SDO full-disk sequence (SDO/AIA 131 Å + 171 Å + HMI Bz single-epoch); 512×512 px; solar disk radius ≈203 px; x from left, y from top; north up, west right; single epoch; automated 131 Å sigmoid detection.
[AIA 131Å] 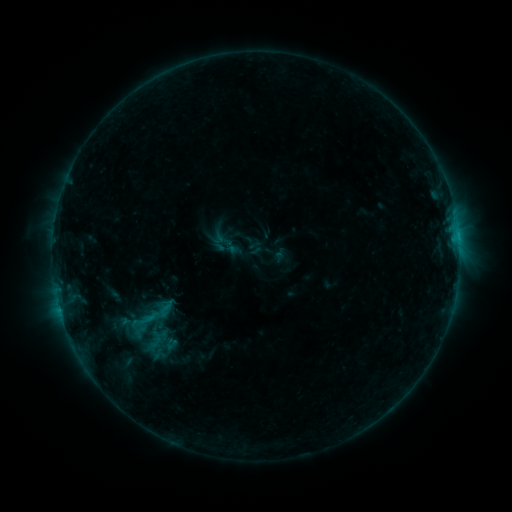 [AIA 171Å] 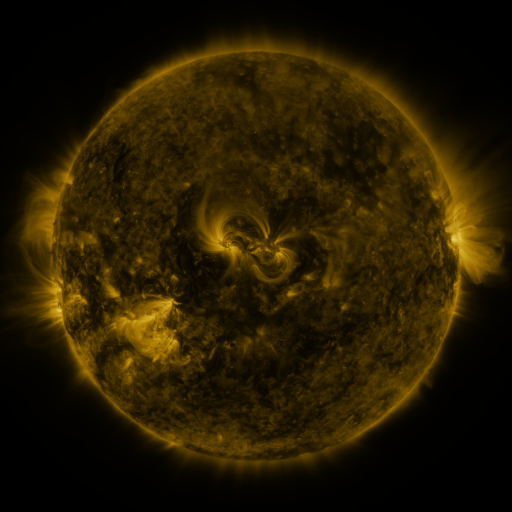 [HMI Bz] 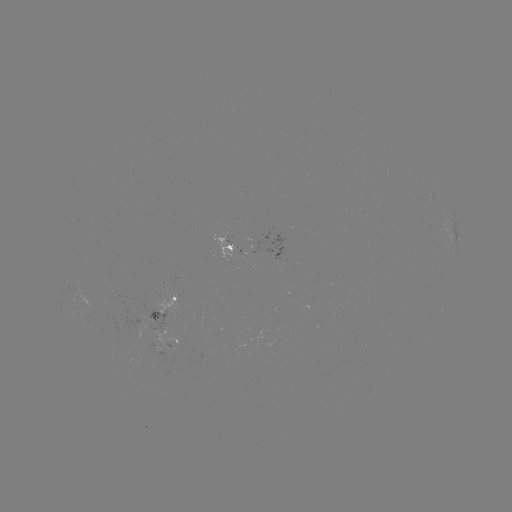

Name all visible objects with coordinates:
sigmoid: (155, 299, 177, 319)
